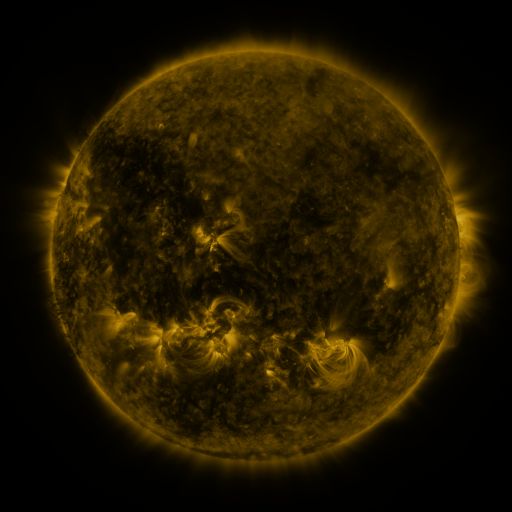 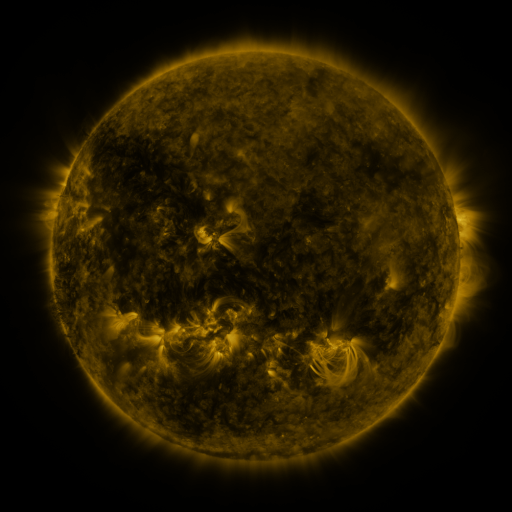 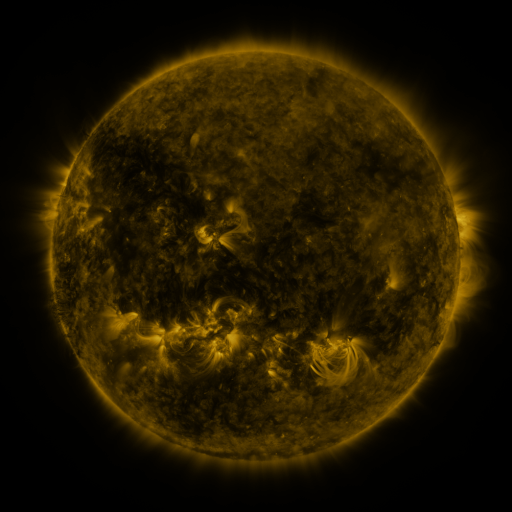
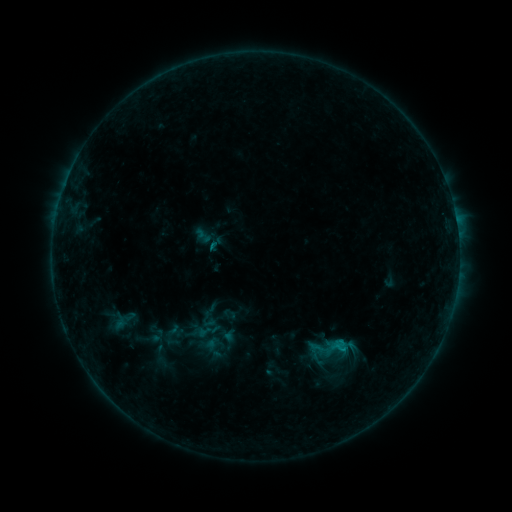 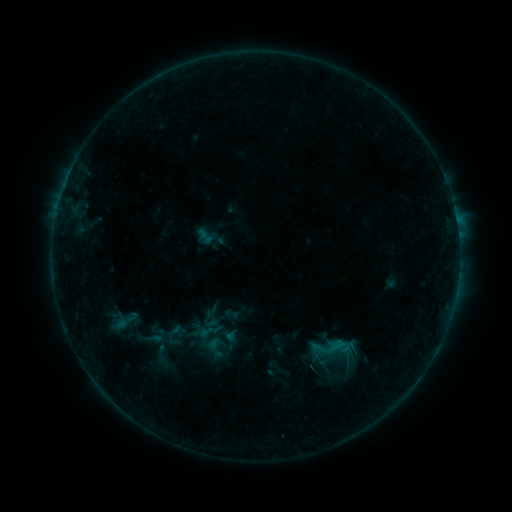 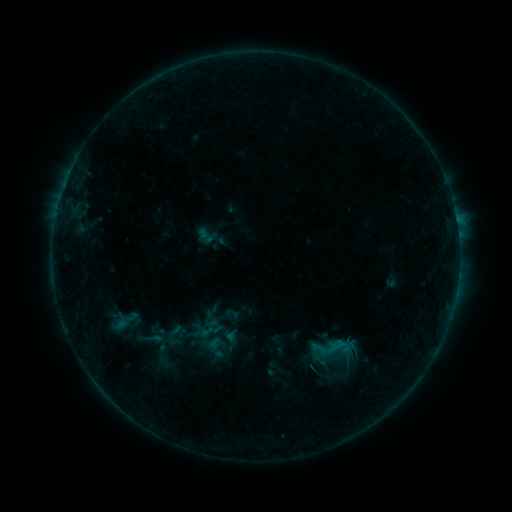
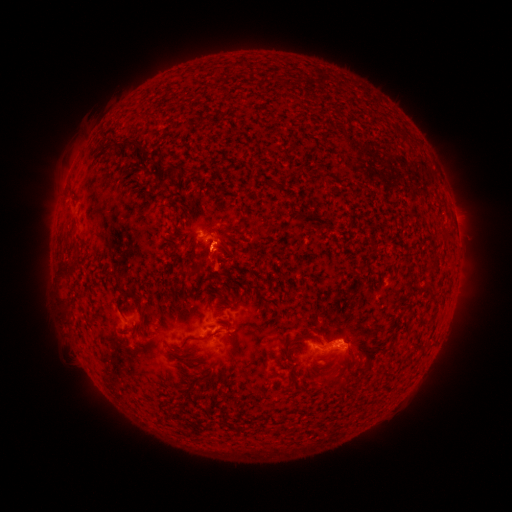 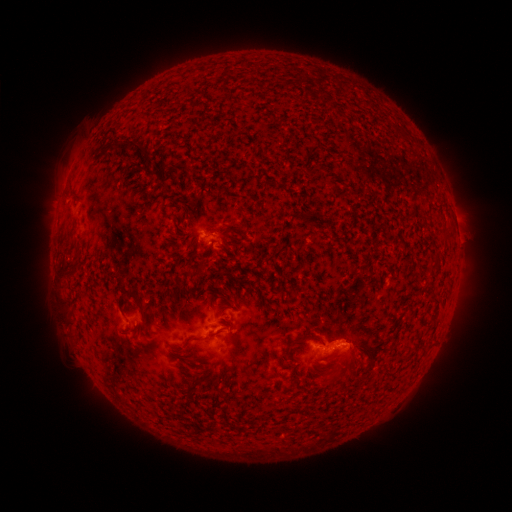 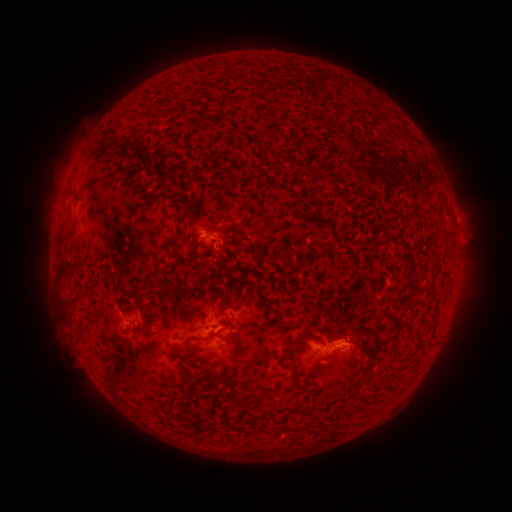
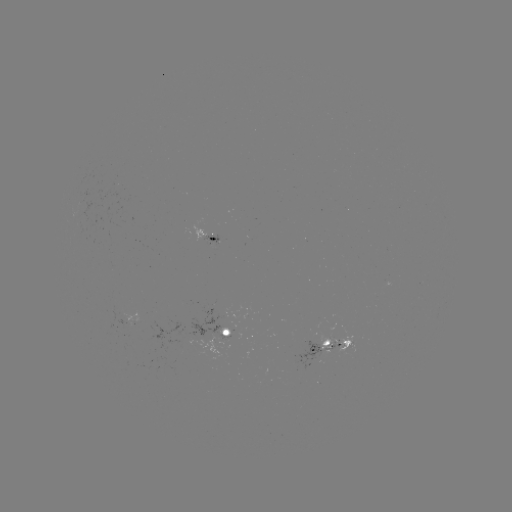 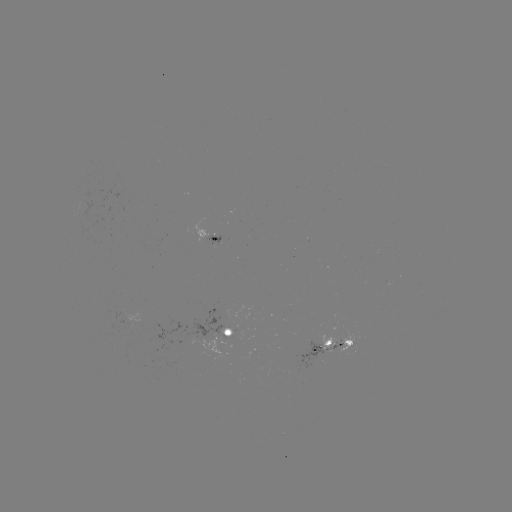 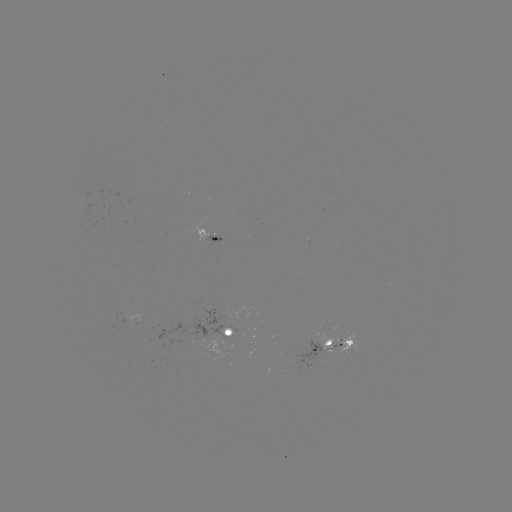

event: emerging-flux region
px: (197, 340)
